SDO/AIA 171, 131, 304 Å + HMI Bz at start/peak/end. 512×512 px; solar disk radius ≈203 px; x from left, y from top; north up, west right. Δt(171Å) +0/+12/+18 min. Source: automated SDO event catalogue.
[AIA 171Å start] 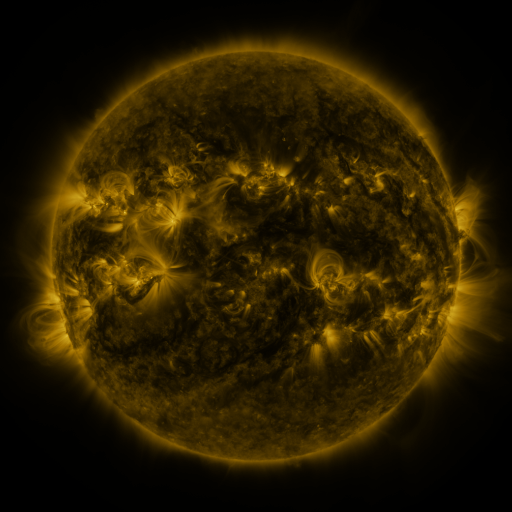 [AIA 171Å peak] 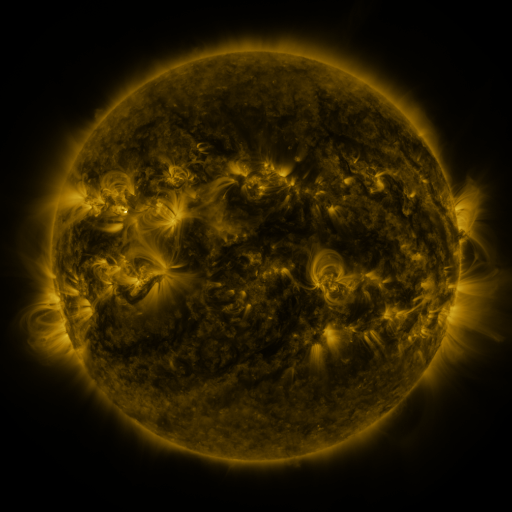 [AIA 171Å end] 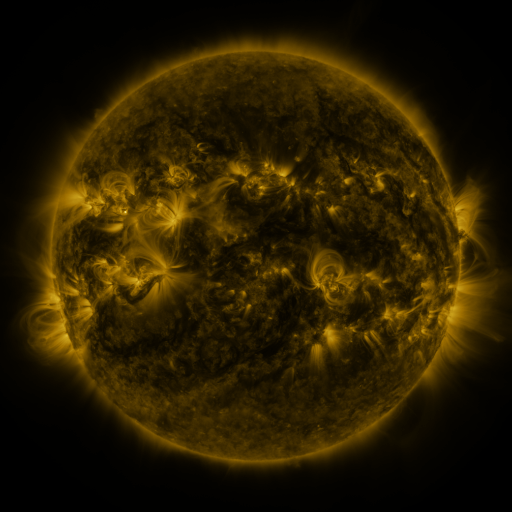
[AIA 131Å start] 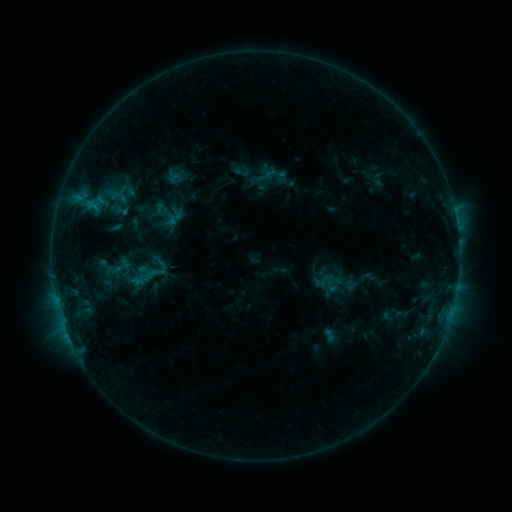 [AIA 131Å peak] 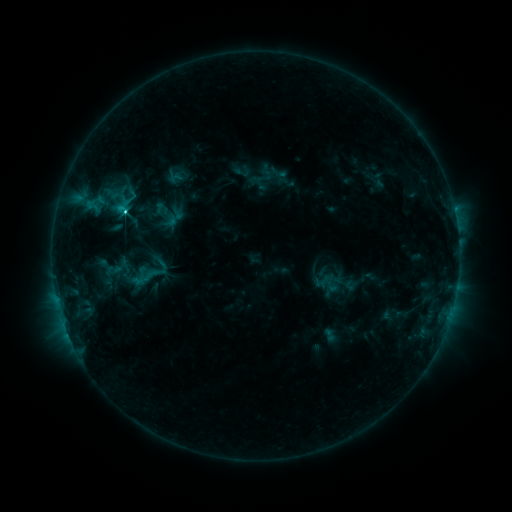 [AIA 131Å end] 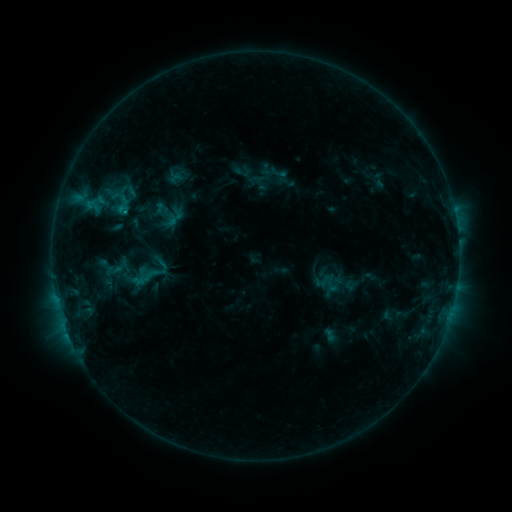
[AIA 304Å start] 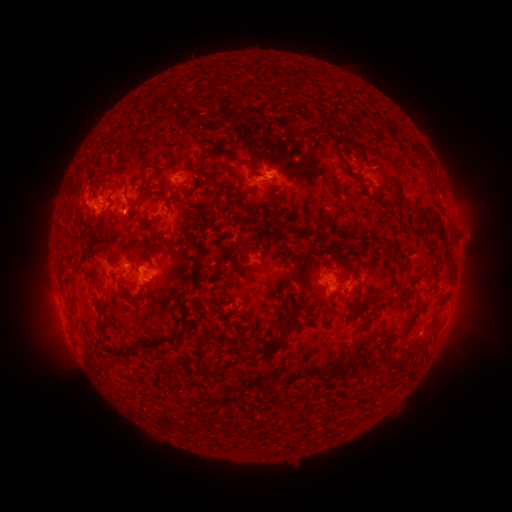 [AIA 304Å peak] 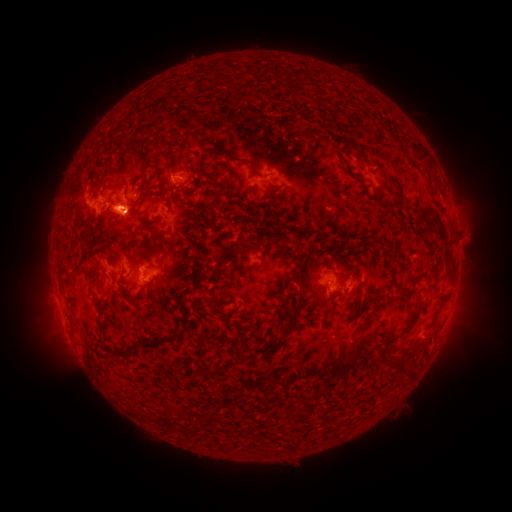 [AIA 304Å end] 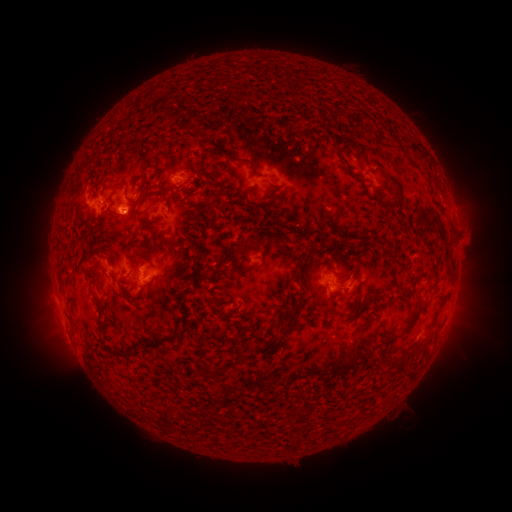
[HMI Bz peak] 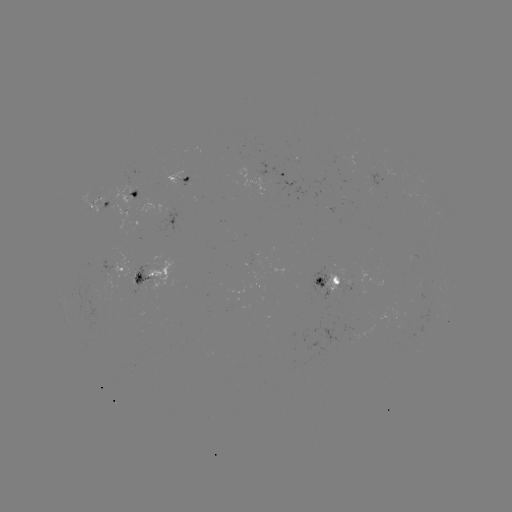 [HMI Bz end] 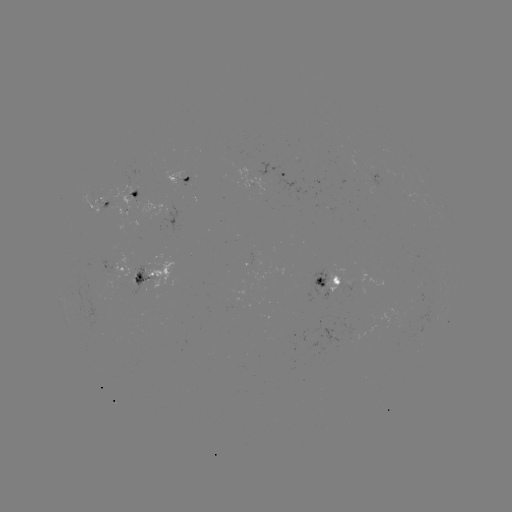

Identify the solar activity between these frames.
C1.8 flare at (125, 213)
